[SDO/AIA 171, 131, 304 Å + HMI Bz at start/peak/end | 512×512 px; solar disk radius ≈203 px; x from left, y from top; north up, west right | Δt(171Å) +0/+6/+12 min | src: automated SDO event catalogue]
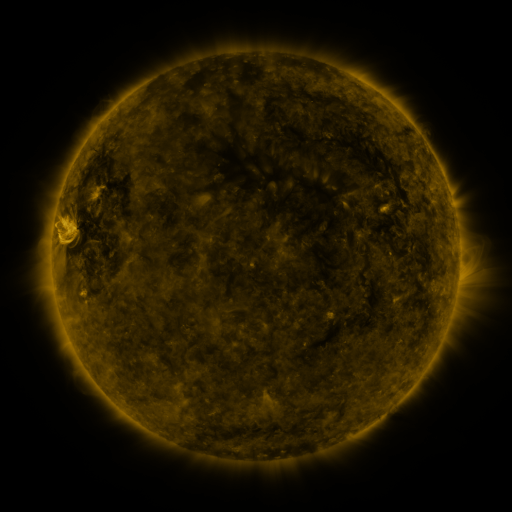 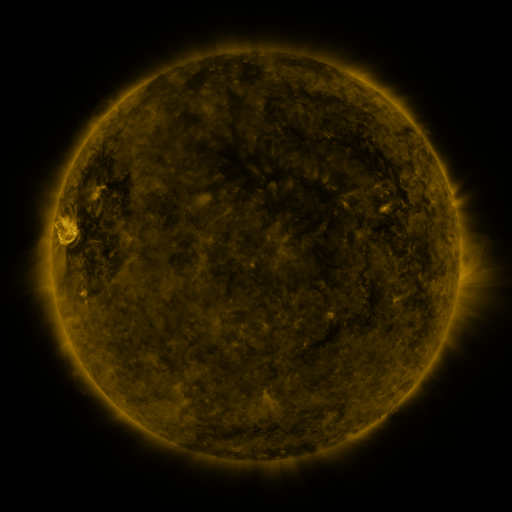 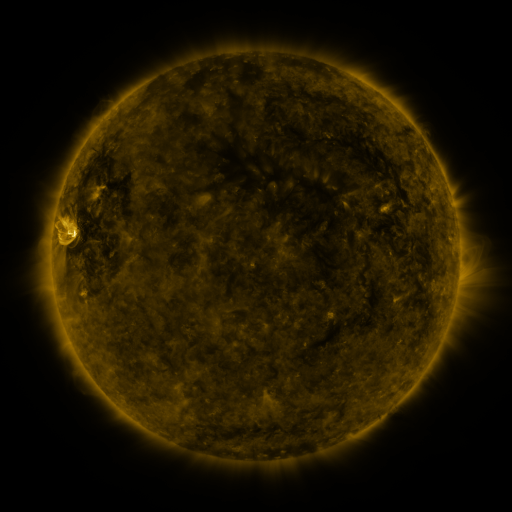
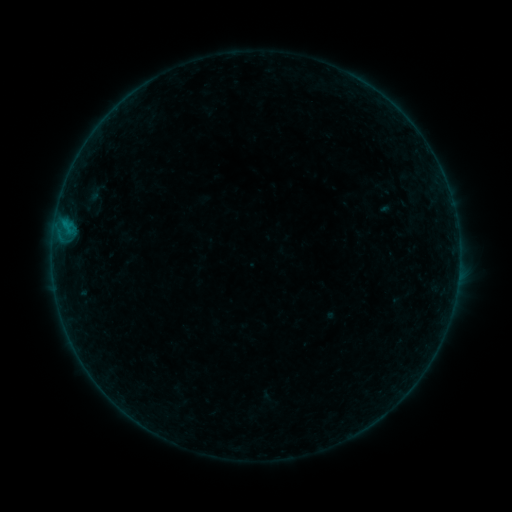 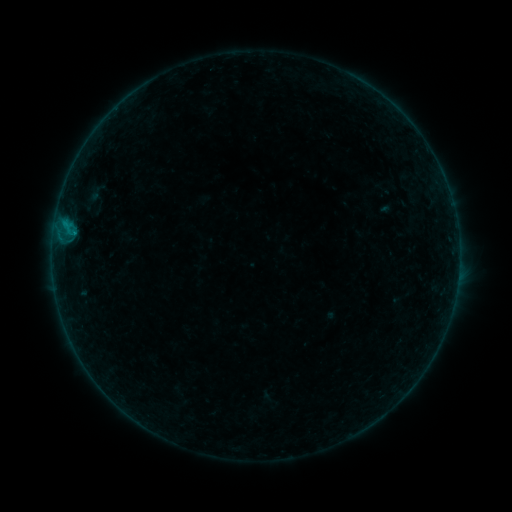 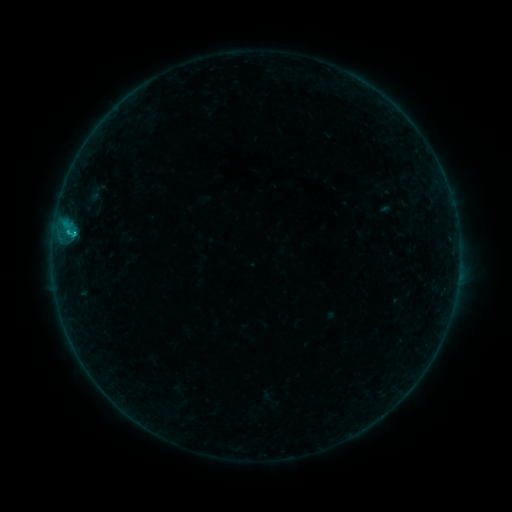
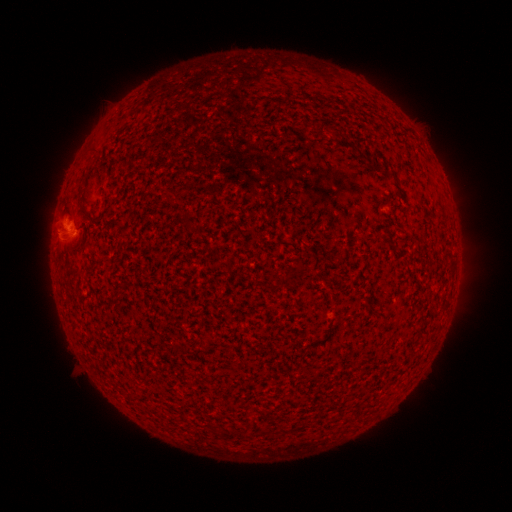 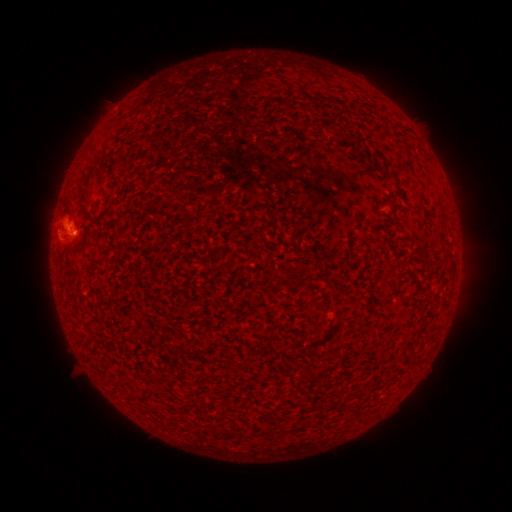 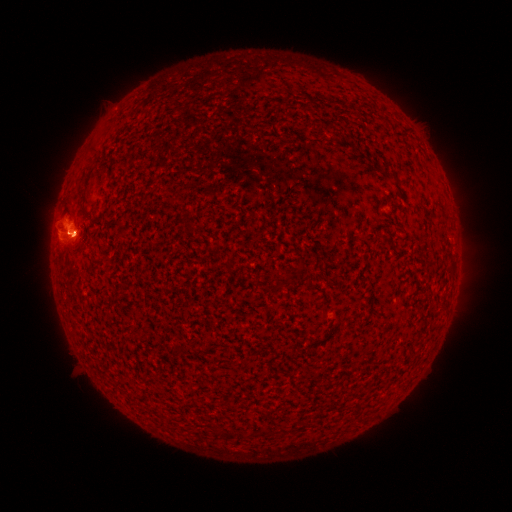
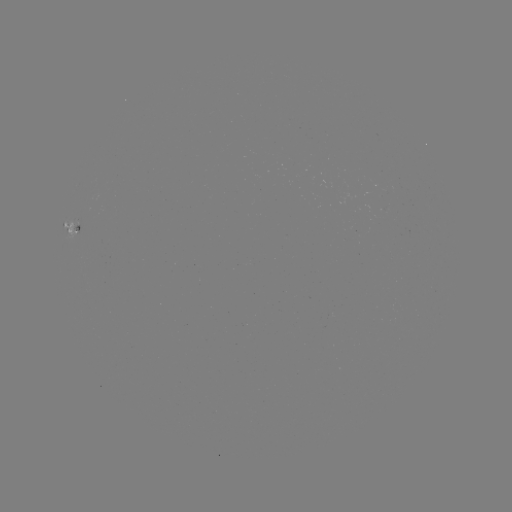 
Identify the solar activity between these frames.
B8.3 flare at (75, 234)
